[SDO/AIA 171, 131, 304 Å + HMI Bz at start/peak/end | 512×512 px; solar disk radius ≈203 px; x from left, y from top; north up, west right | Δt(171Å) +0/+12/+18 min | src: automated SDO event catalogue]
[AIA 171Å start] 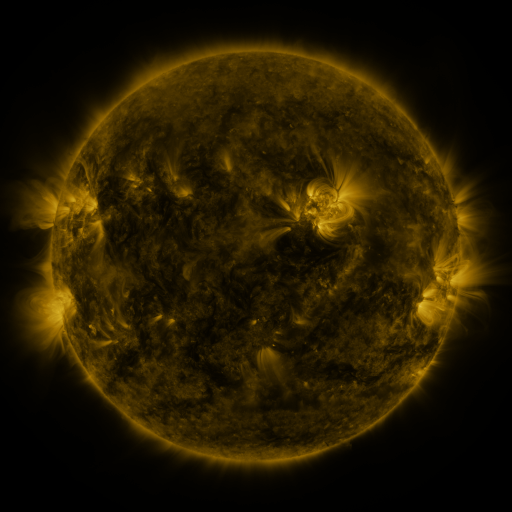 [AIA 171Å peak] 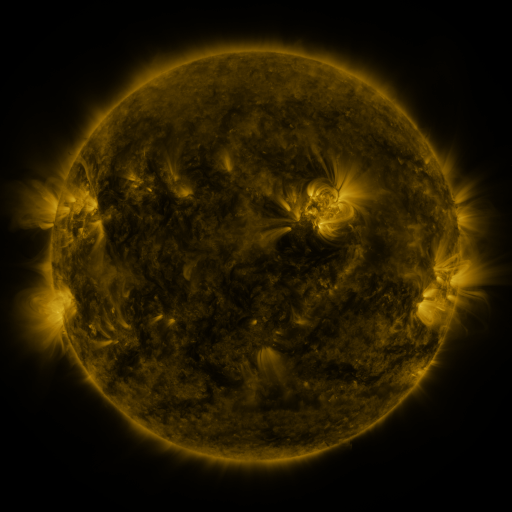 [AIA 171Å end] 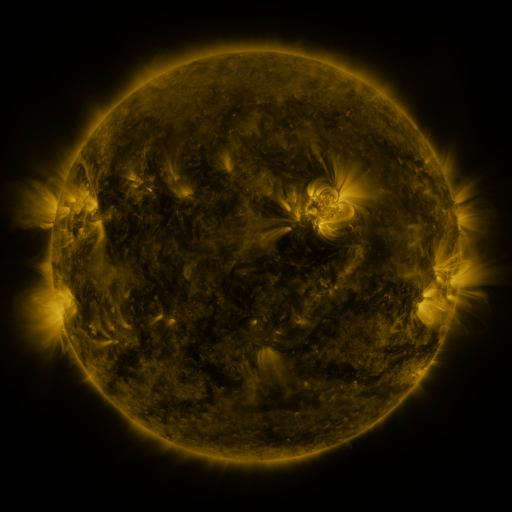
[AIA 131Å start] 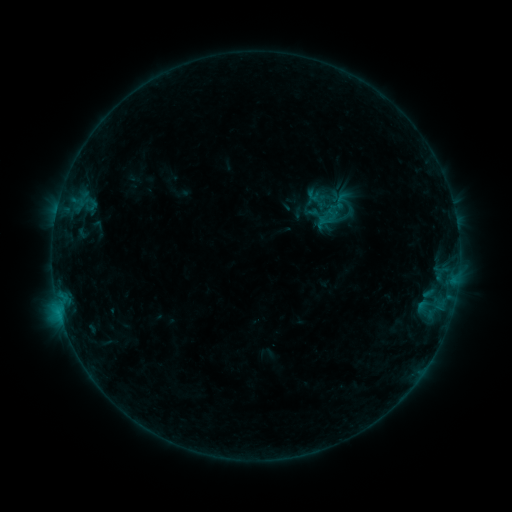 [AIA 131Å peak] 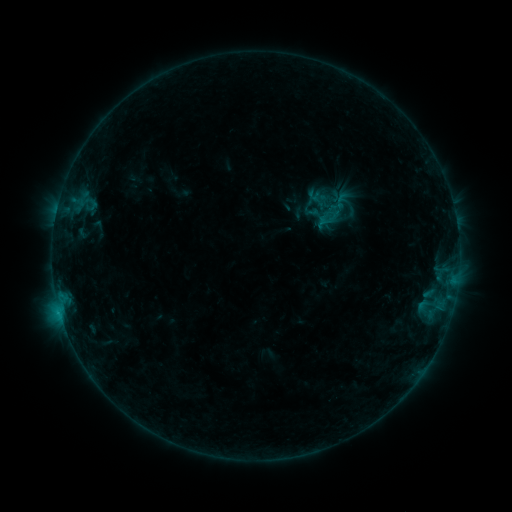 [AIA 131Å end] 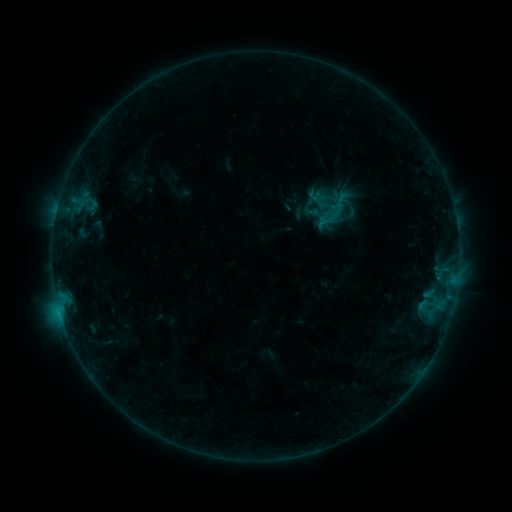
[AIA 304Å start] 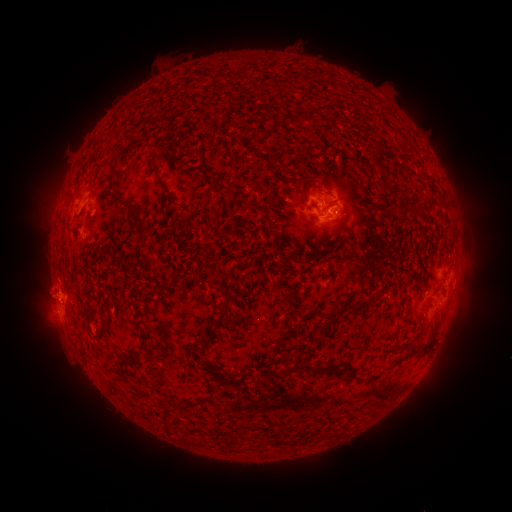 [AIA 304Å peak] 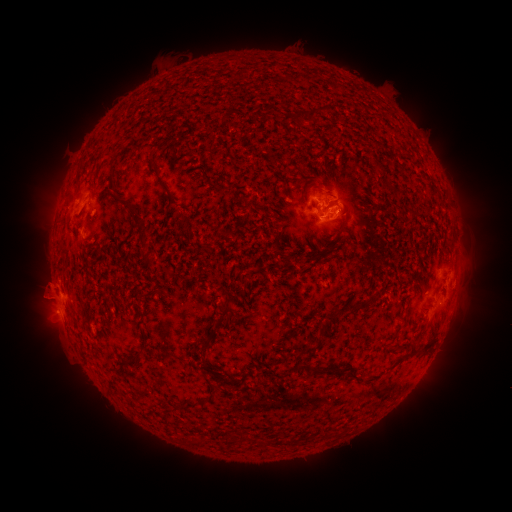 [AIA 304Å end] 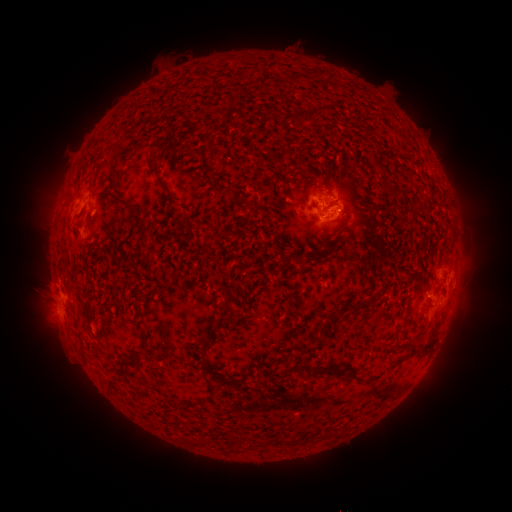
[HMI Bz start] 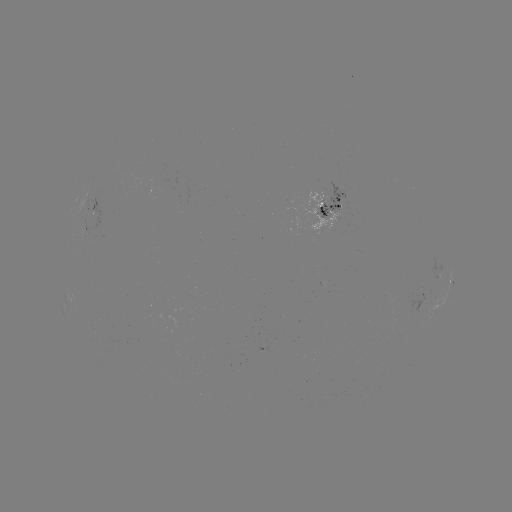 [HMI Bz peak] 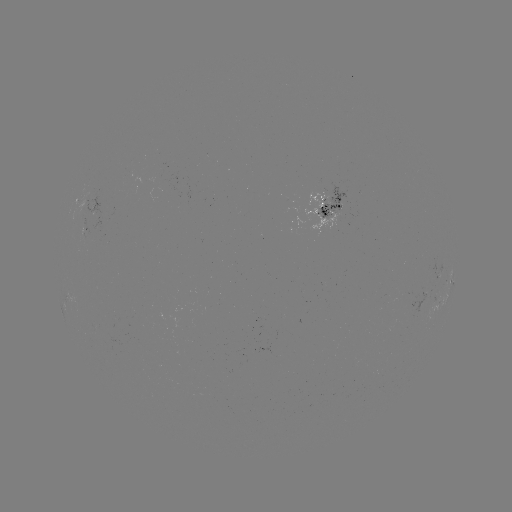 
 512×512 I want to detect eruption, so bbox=[12, 268, 83, 335].